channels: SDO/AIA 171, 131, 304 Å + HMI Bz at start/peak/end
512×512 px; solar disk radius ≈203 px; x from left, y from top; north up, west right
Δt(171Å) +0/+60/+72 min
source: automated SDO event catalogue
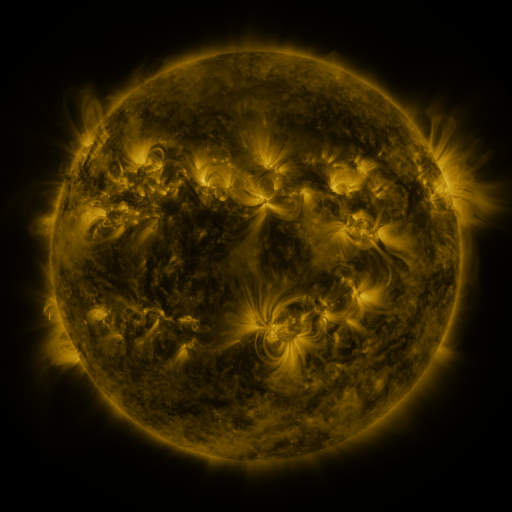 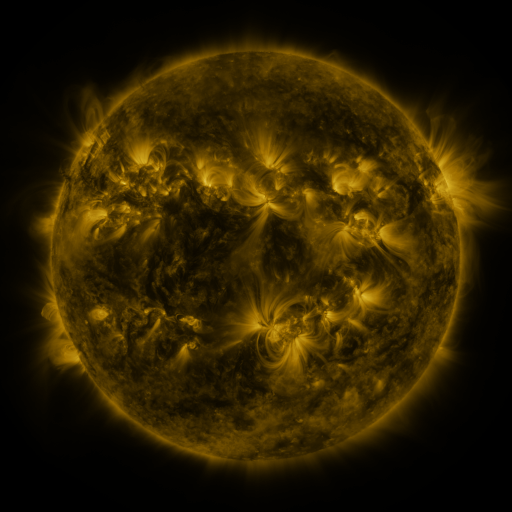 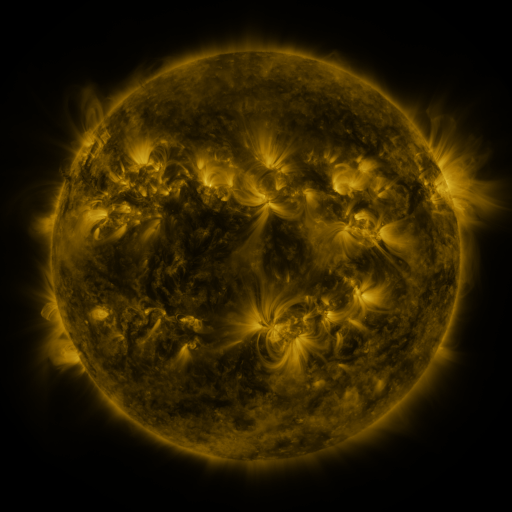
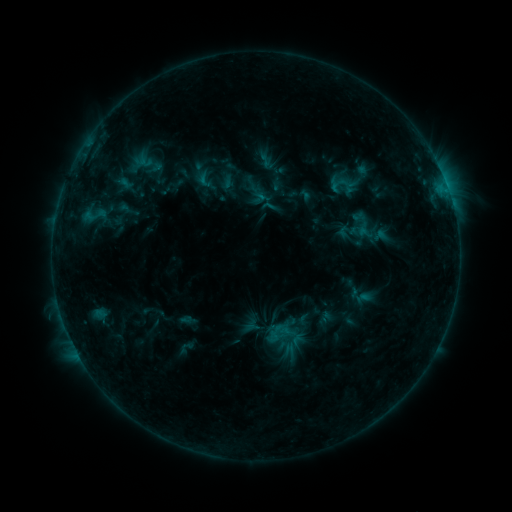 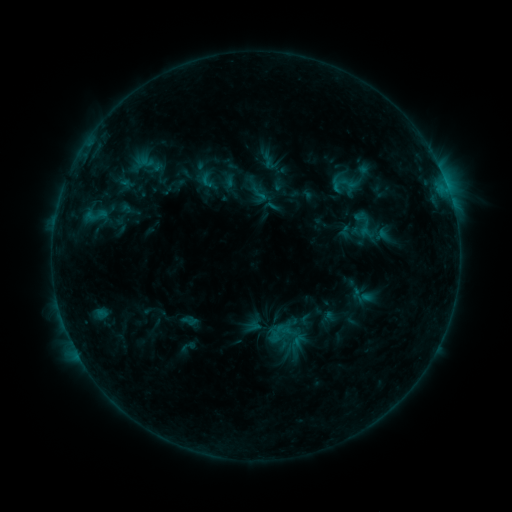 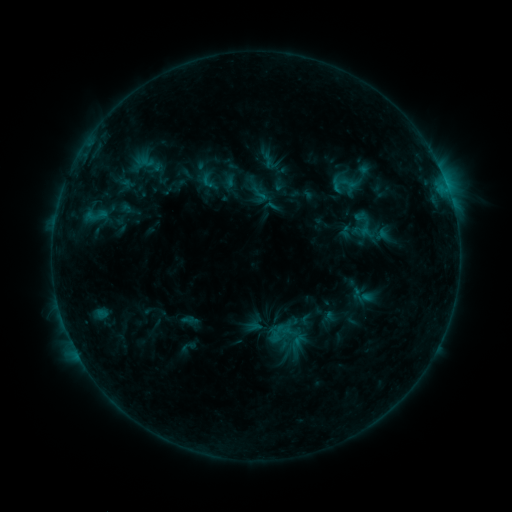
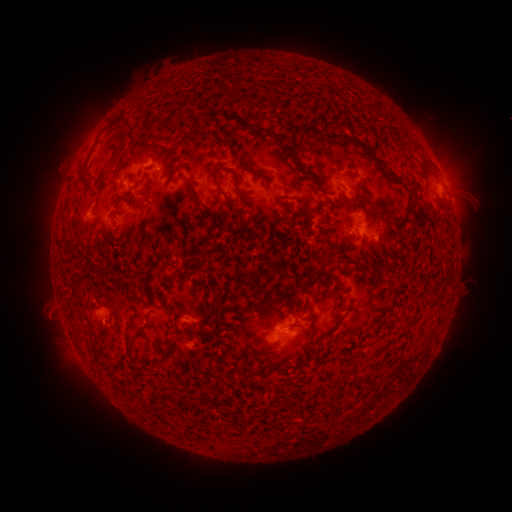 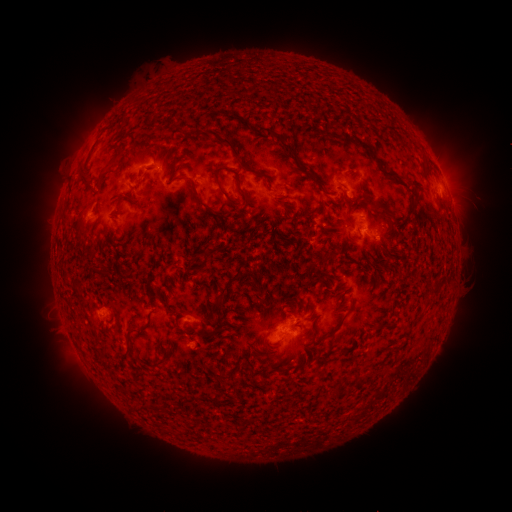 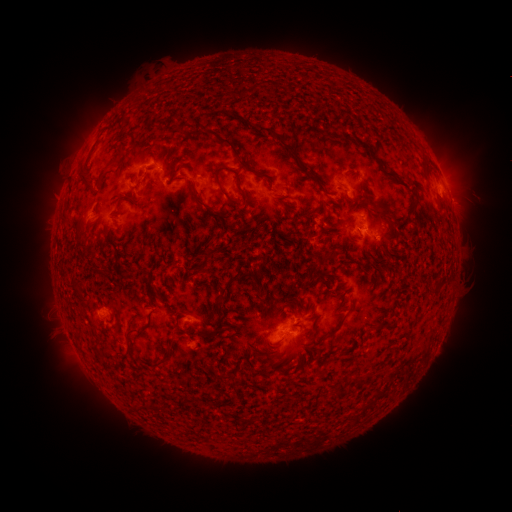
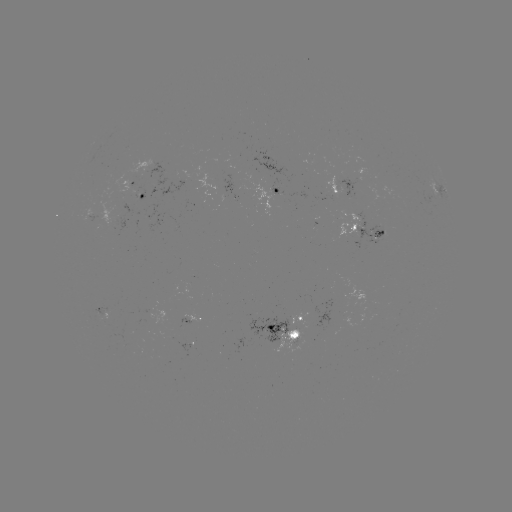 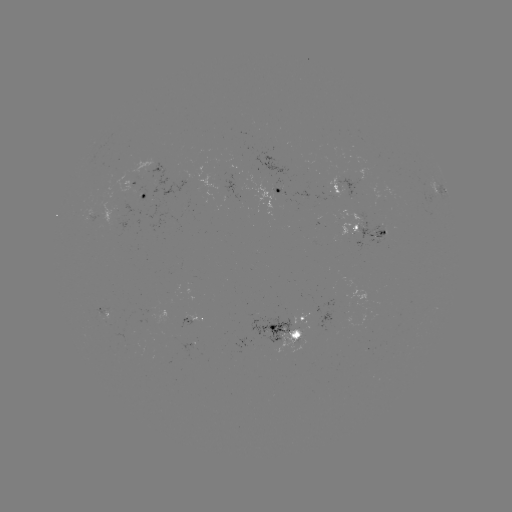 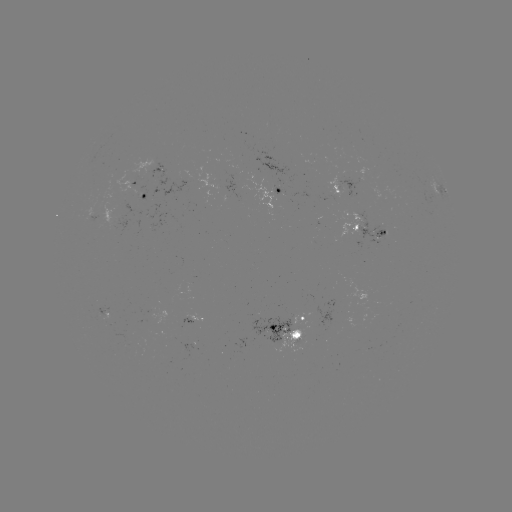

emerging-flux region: [244, 176, 281, 217]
